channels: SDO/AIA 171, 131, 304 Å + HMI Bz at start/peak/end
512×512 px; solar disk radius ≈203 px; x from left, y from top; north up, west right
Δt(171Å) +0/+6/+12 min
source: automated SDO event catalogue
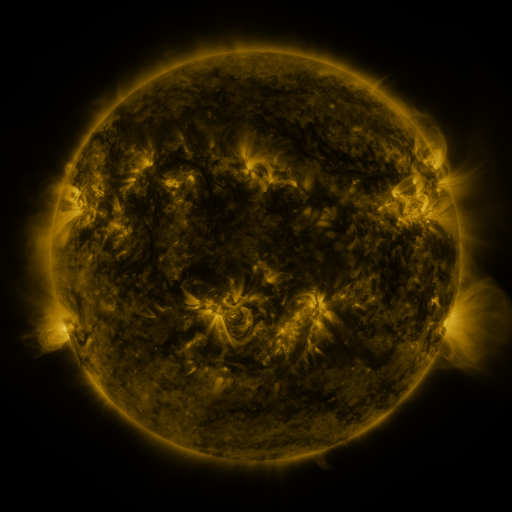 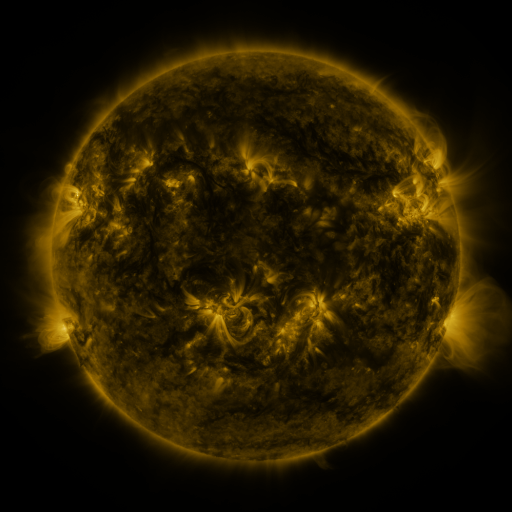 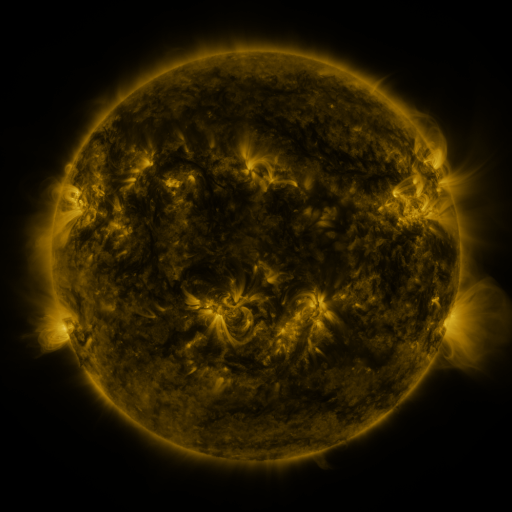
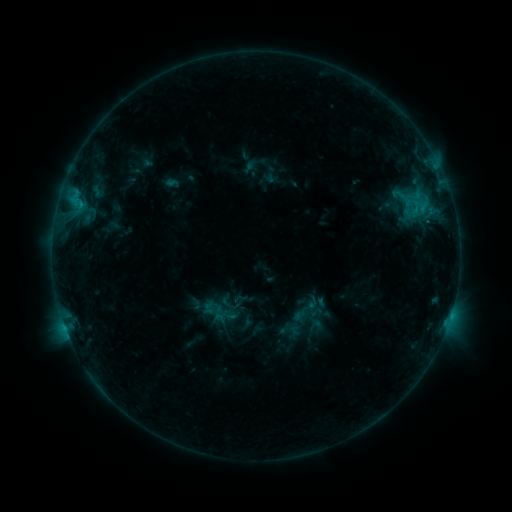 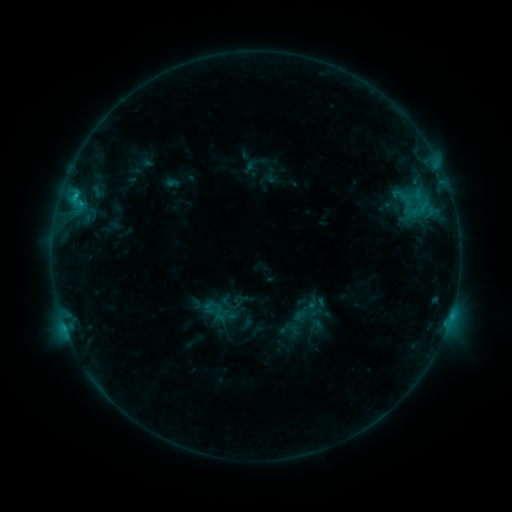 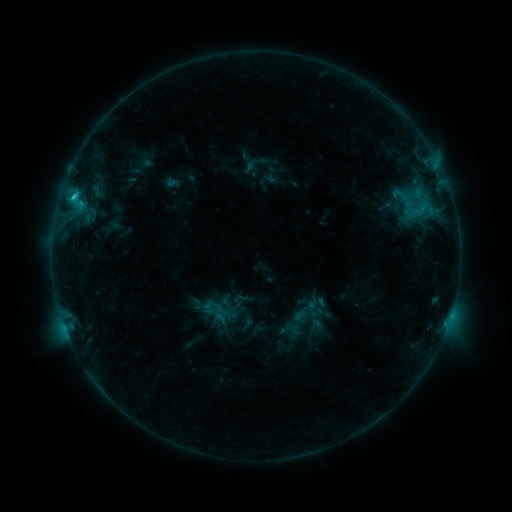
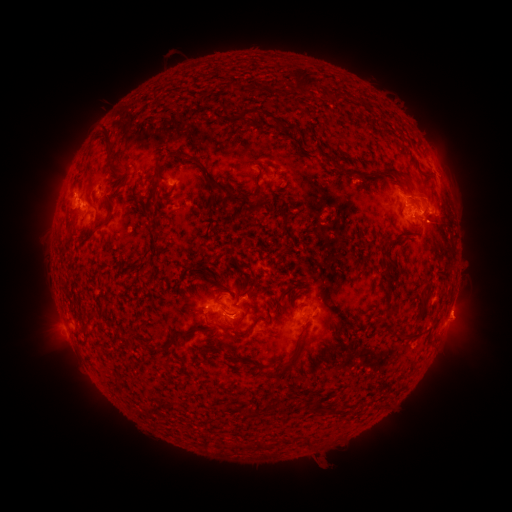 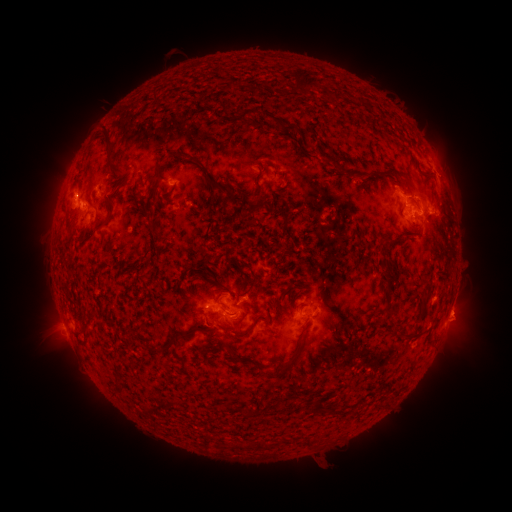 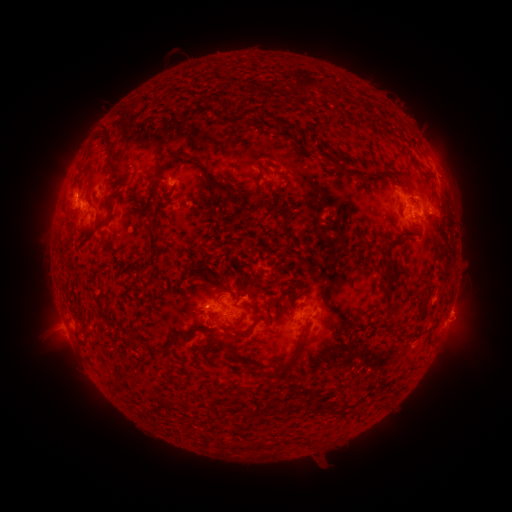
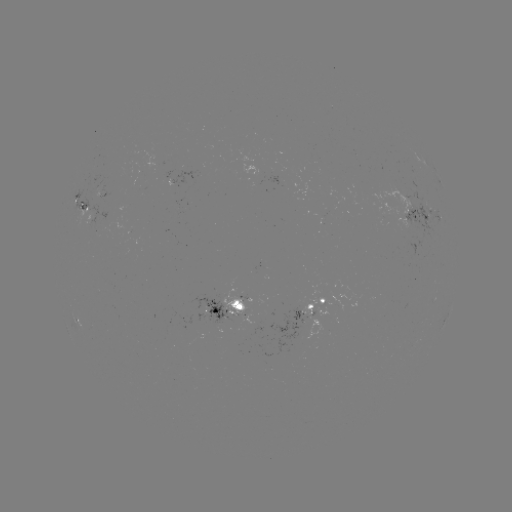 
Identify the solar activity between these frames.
C1.6 flare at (75, 198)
